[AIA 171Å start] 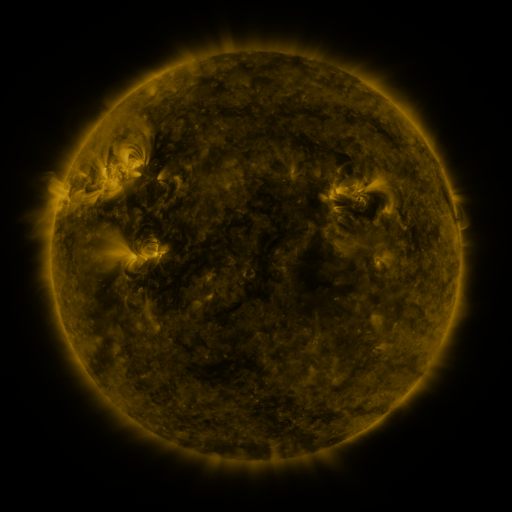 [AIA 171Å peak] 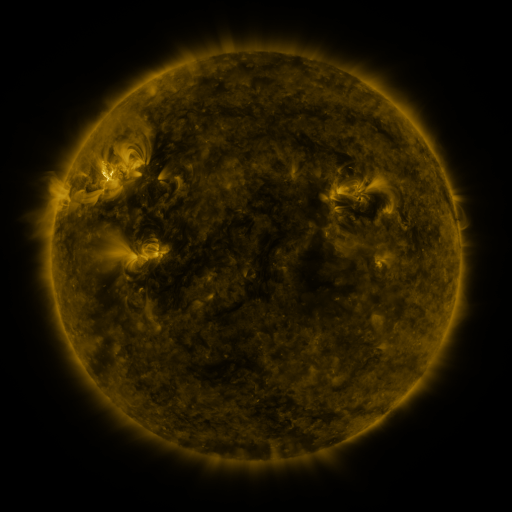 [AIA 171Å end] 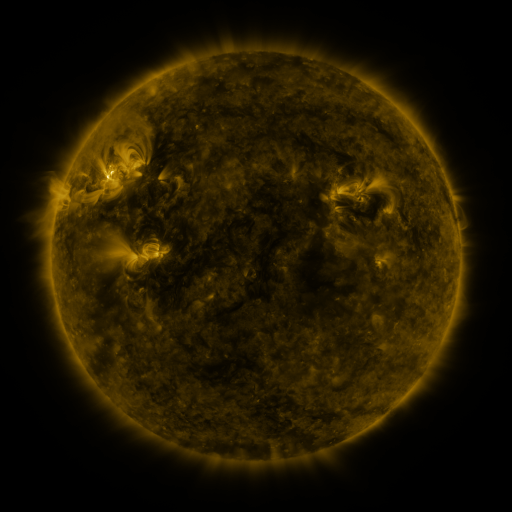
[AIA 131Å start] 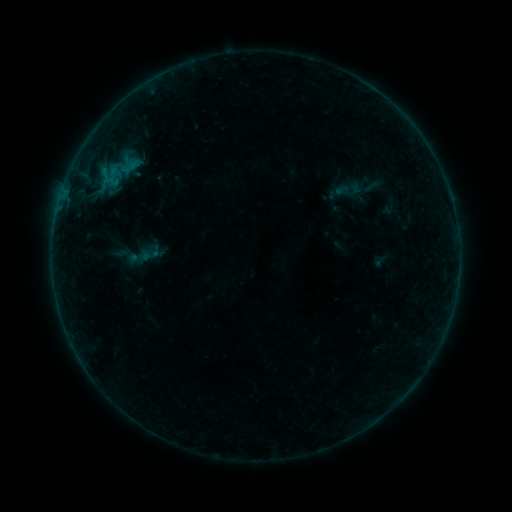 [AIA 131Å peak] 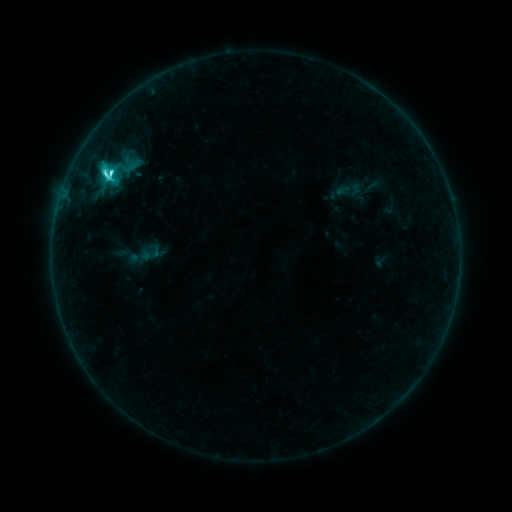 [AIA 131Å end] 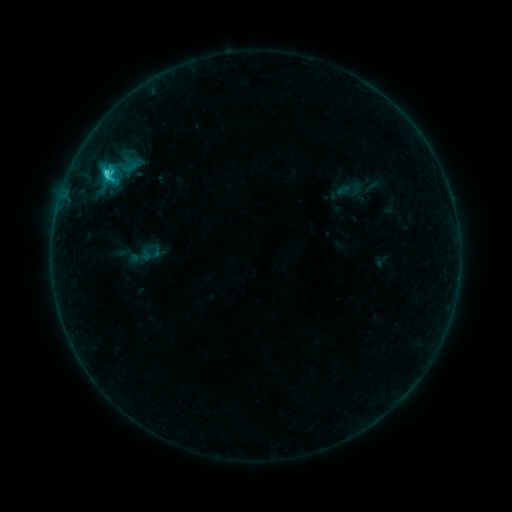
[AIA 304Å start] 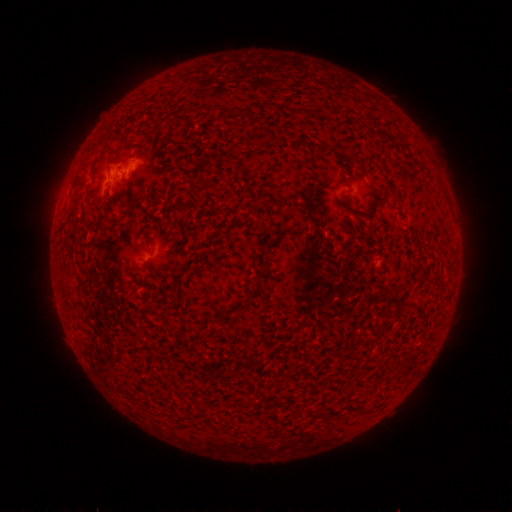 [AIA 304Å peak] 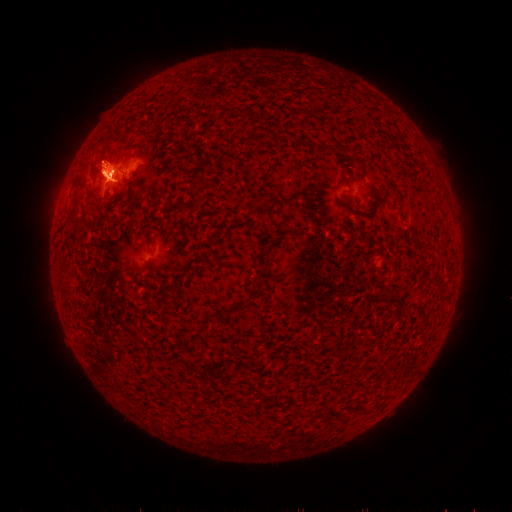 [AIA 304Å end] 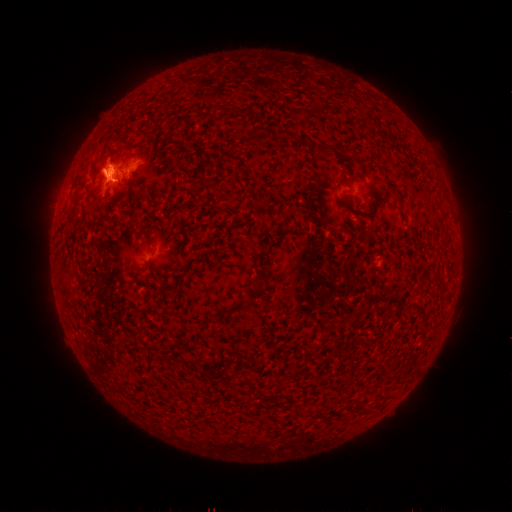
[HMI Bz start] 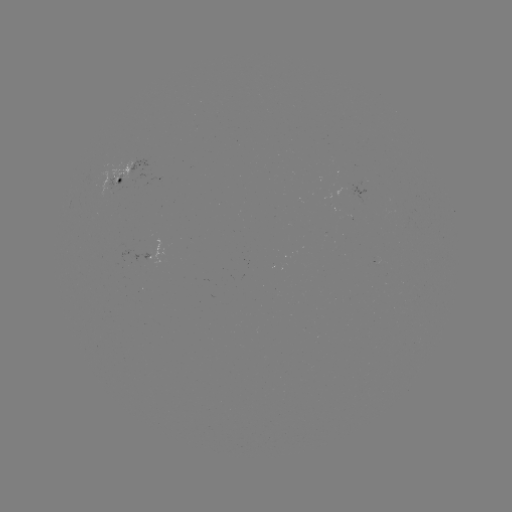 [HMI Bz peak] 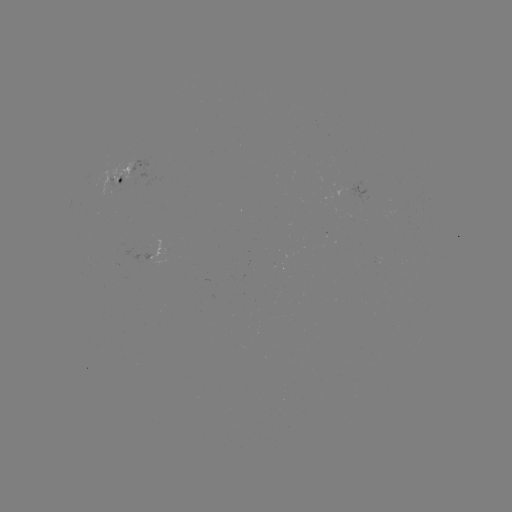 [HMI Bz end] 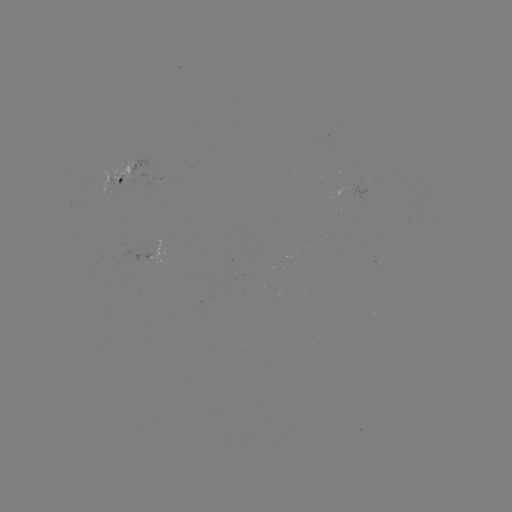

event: flare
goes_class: C4.1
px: (112, 174)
